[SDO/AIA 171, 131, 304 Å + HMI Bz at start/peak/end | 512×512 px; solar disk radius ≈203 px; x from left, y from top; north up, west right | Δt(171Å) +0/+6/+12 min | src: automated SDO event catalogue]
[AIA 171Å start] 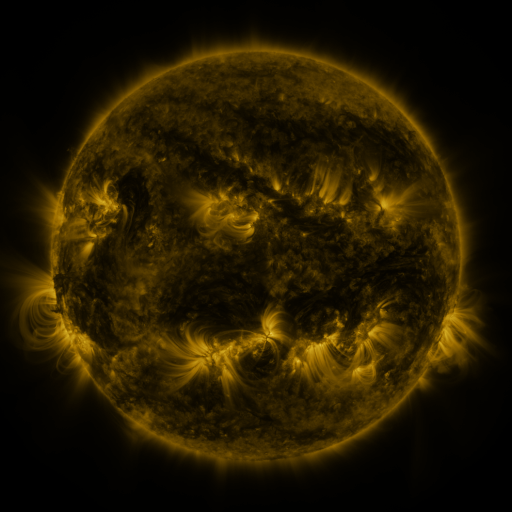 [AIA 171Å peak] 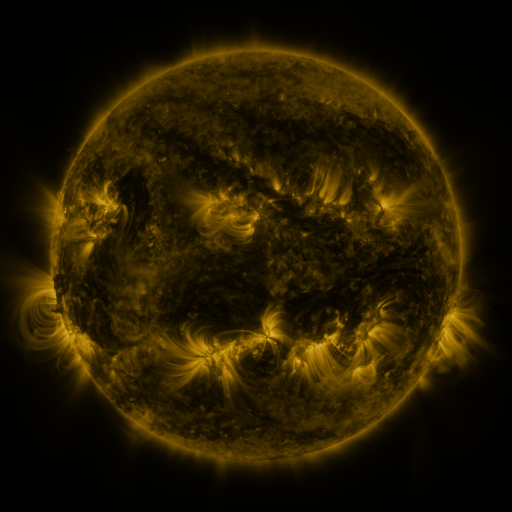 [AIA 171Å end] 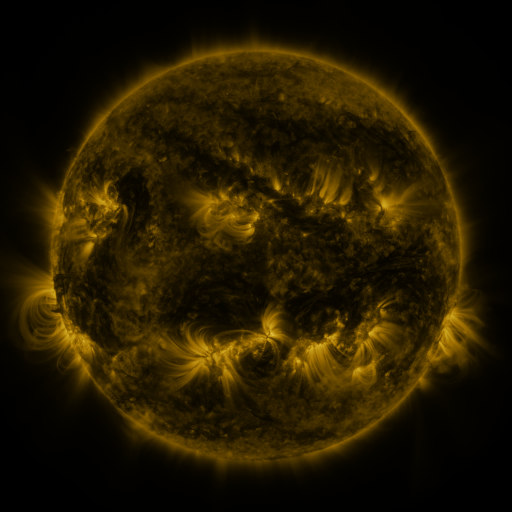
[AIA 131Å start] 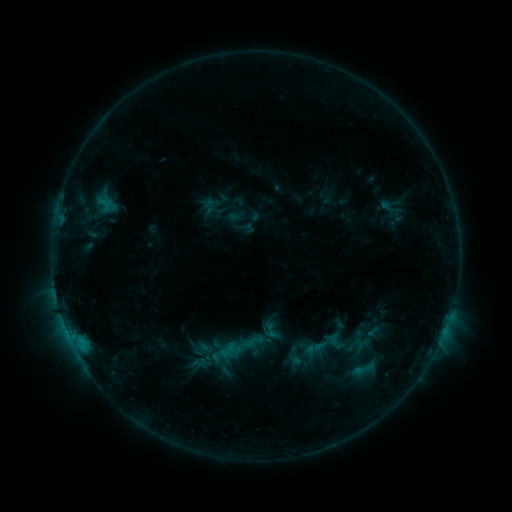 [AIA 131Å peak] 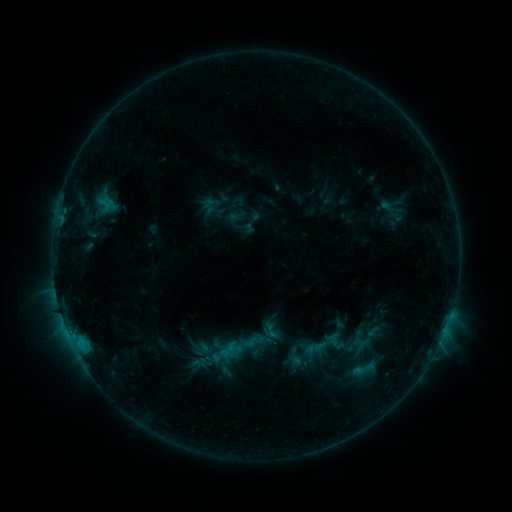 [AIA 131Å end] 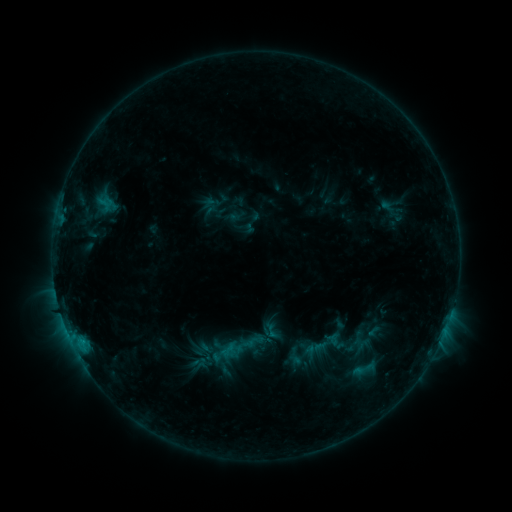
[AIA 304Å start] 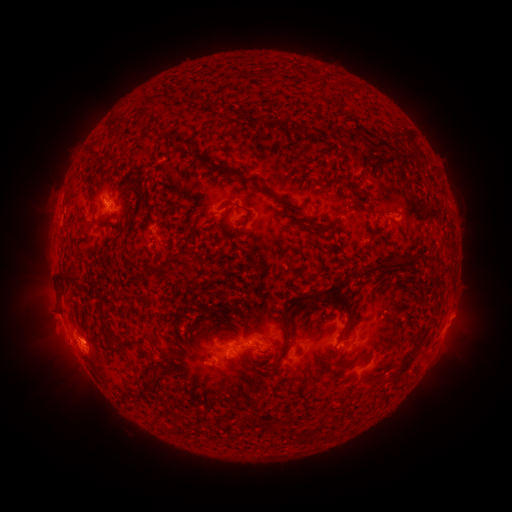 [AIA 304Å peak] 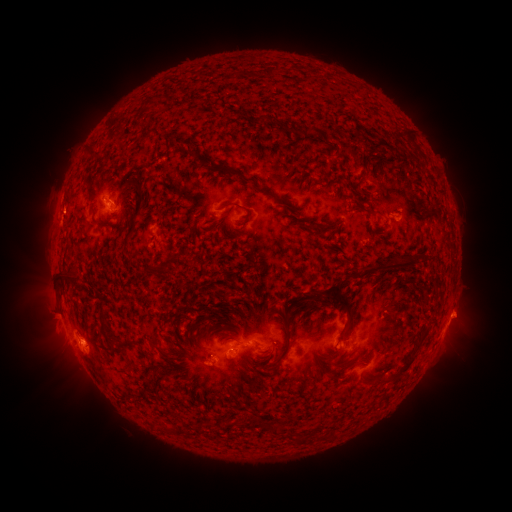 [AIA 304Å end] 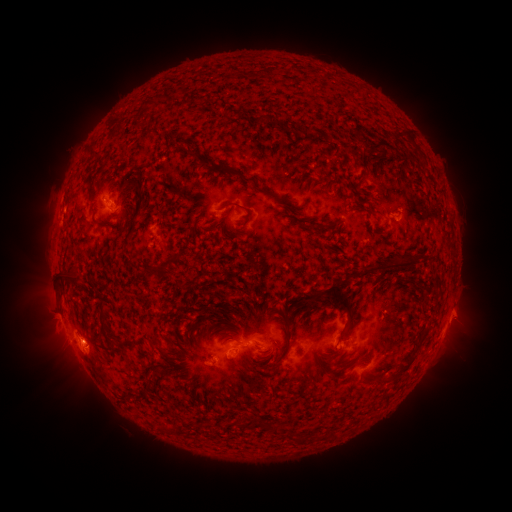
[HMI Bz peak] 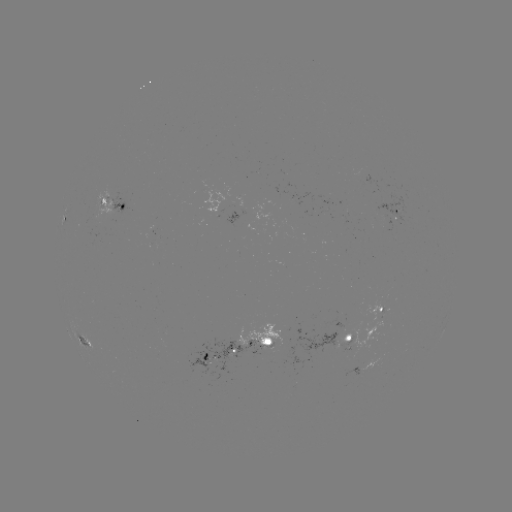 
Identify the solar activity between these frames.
eruption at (461, 315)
